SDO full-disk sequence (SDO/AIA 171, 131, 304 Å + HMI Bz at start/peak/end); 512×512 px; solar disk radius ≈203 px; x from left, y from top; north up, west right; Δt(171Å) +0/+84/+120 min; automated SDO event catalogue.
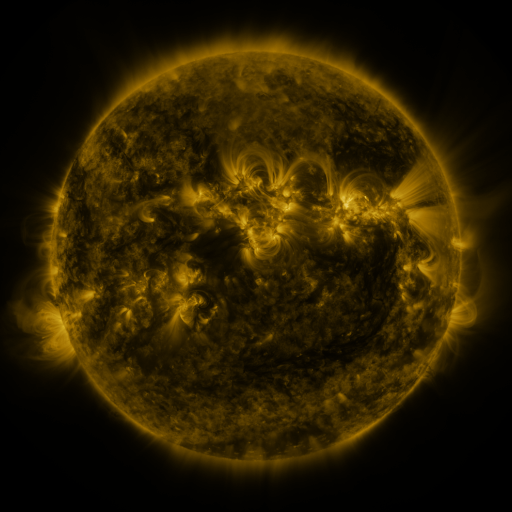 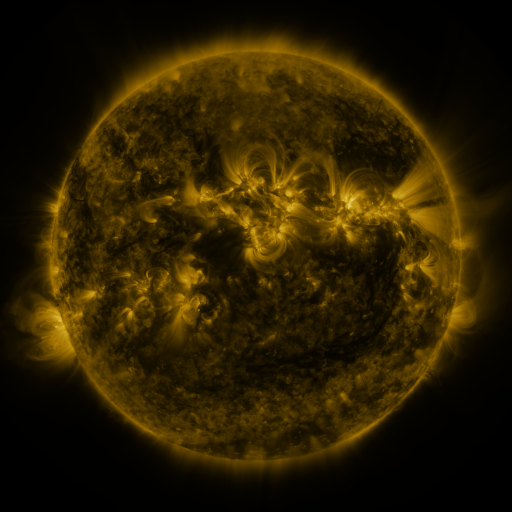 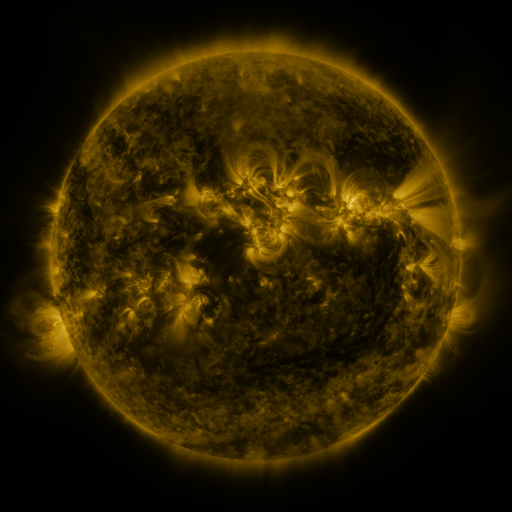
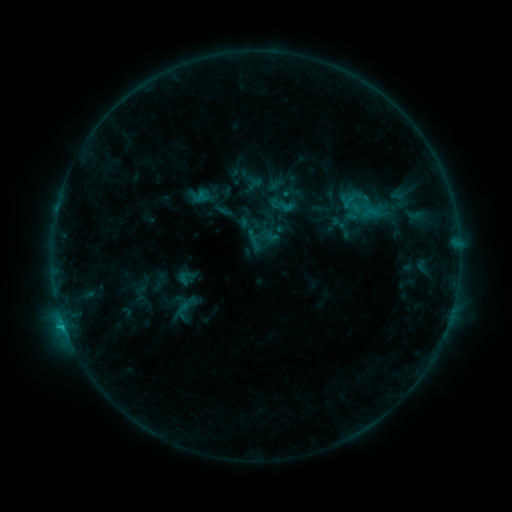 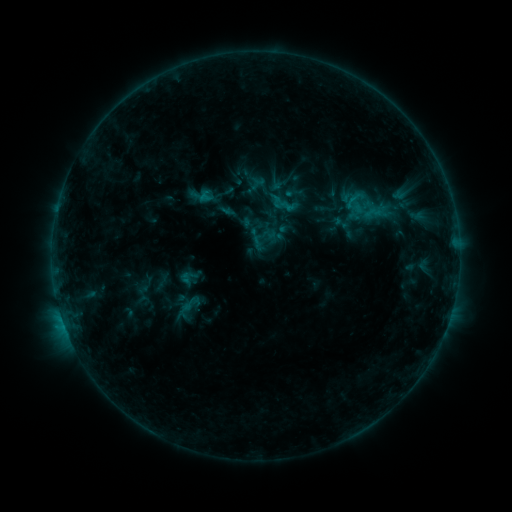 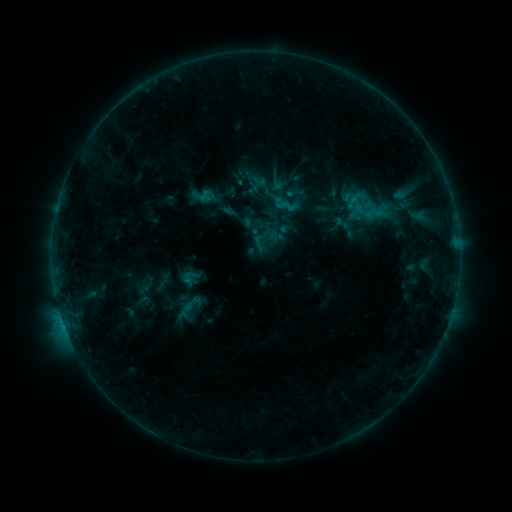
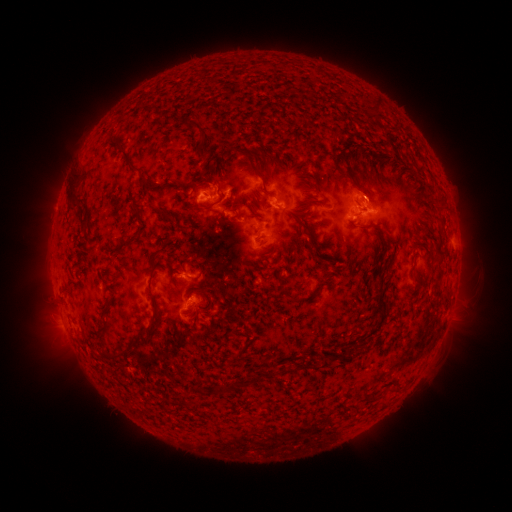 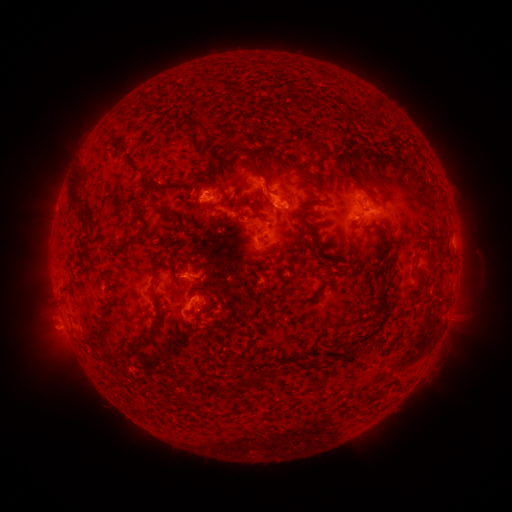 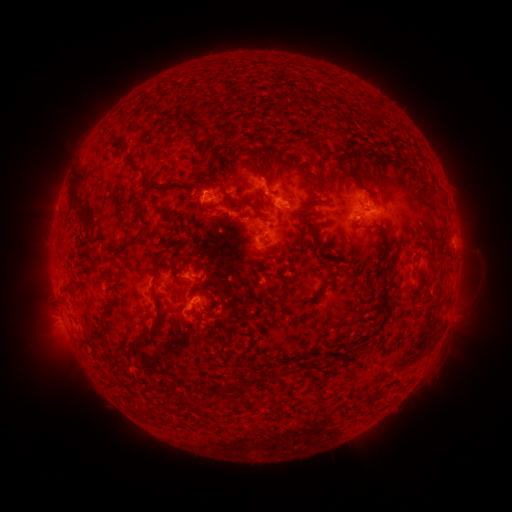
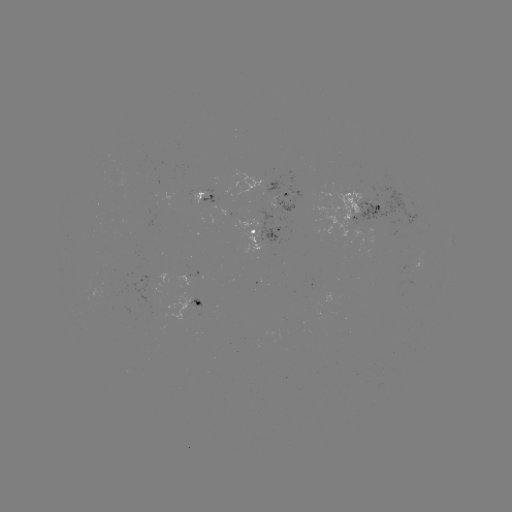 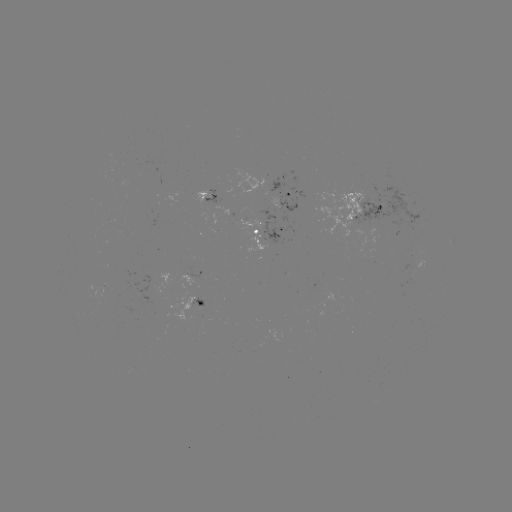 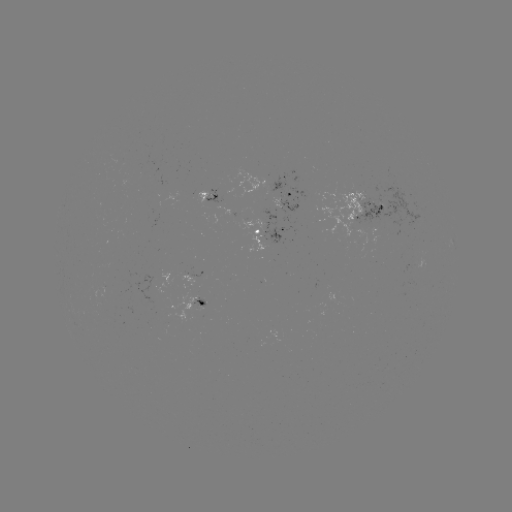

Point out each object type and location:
emerging-flux region: (197, 305)
